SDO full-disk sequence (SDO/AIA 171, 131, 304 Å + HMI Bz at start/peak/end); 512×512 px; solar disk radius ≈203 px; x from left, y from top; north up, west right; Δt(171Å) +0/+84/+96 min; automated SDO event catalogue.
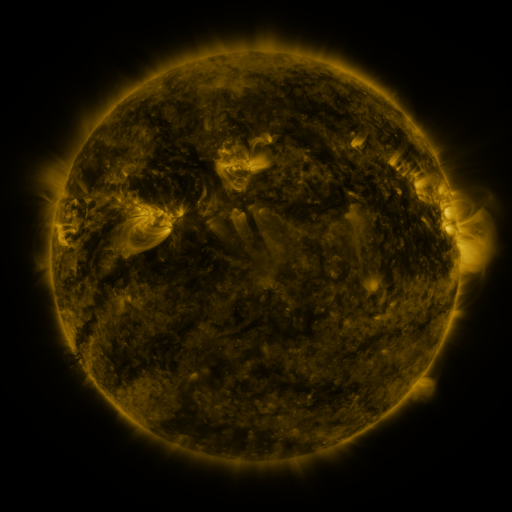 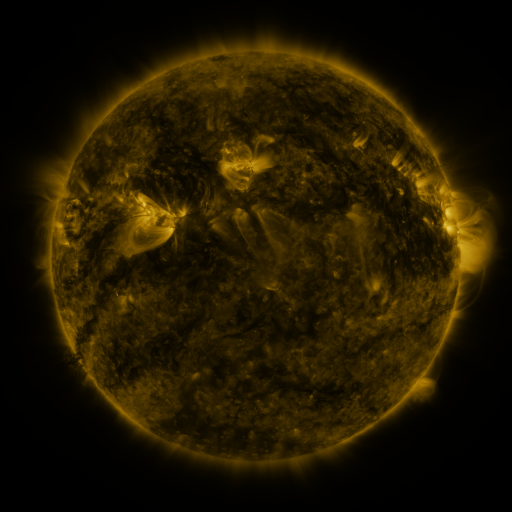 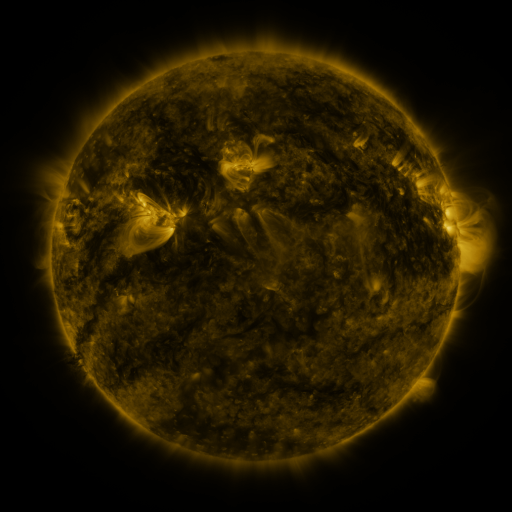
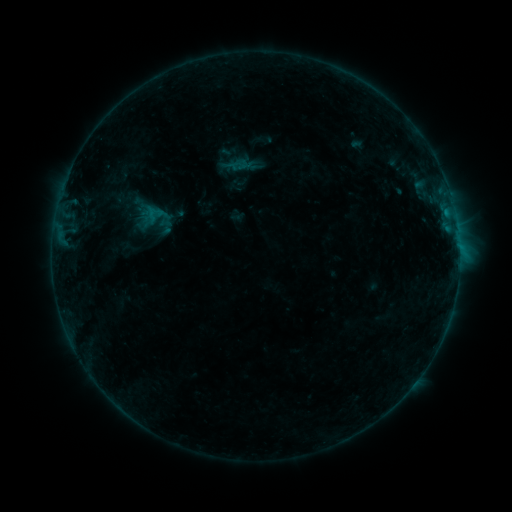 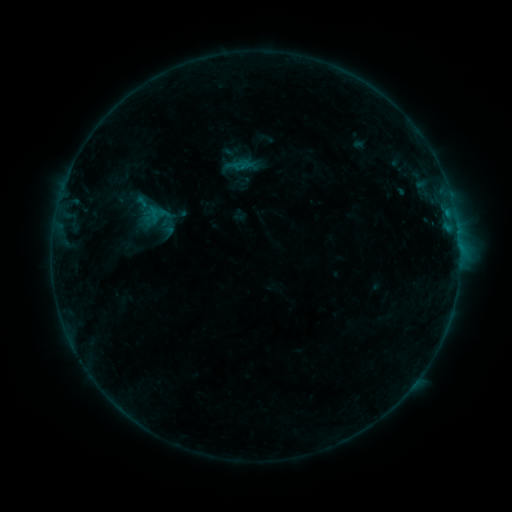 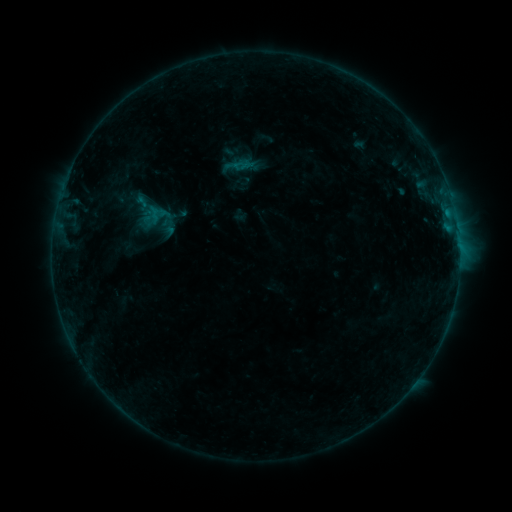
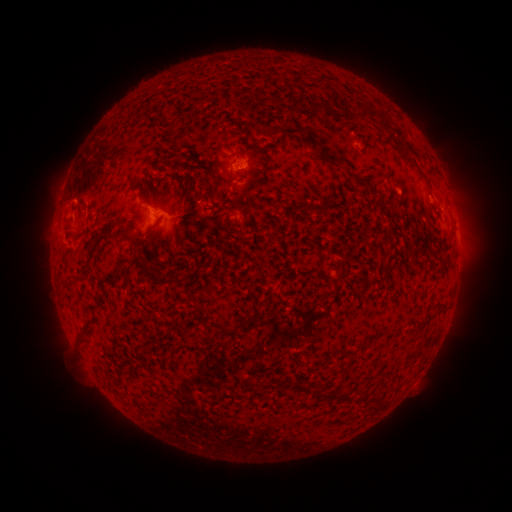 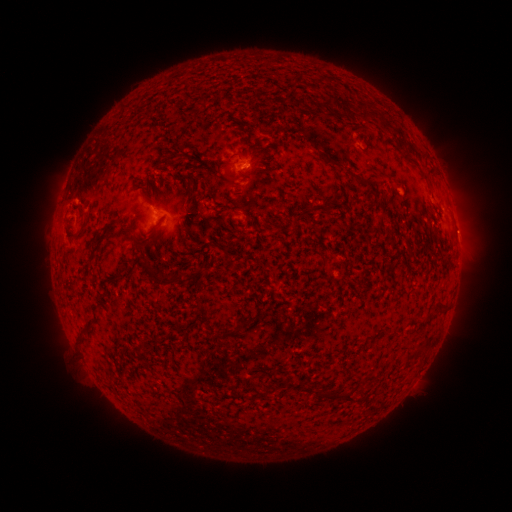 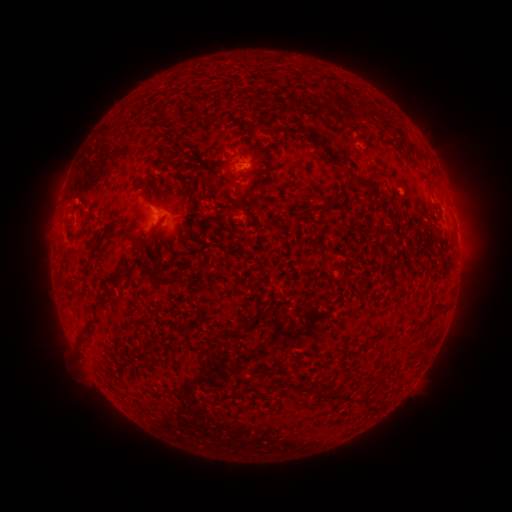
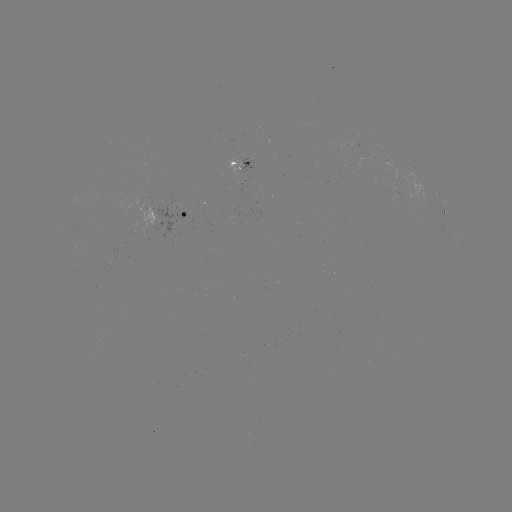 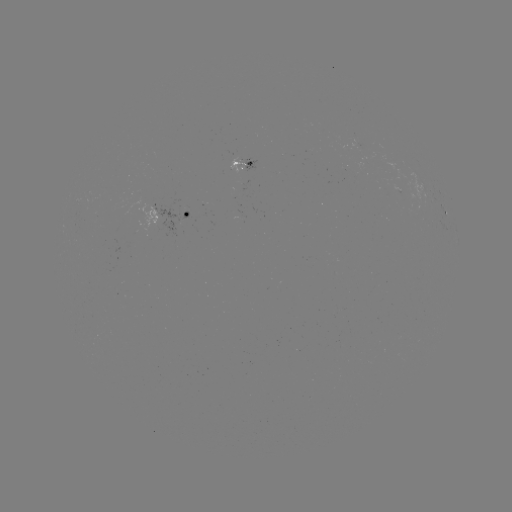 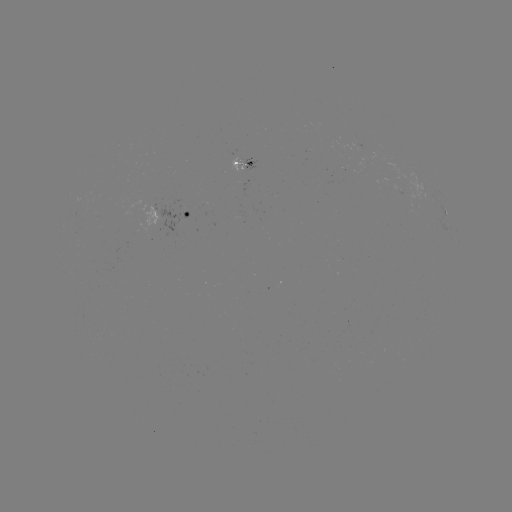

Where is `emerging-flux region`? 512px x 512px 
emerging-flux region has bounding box [355, 162, 368, 171].